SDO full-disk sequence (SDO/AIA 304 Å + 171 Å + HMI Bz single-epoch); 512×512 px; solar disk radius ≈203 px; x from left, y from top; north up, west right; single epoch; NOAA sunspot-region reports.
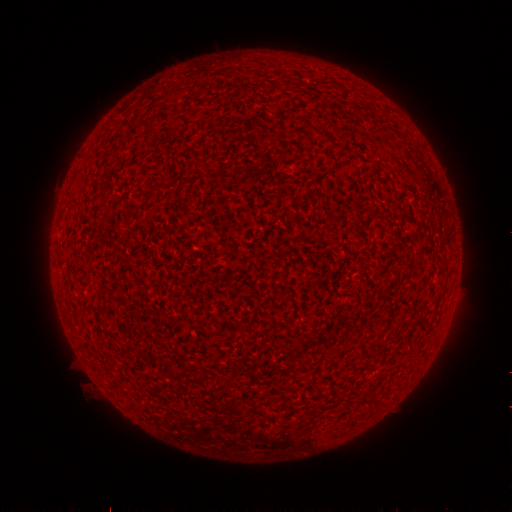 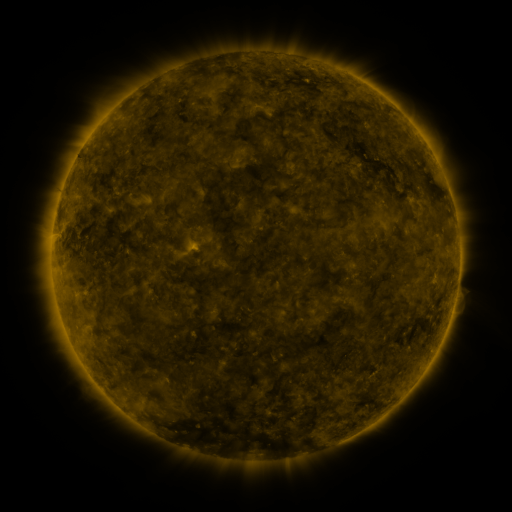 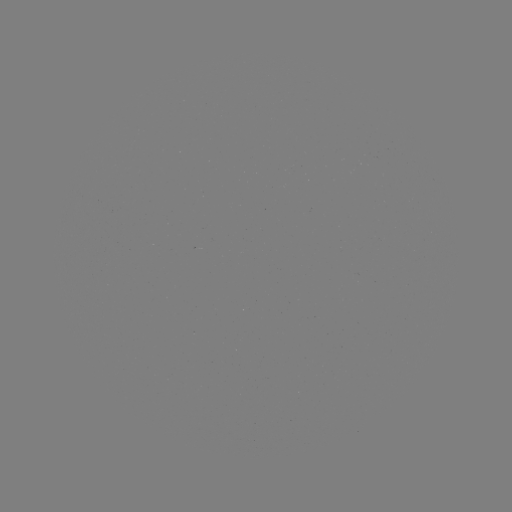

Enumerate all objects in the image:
(none)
